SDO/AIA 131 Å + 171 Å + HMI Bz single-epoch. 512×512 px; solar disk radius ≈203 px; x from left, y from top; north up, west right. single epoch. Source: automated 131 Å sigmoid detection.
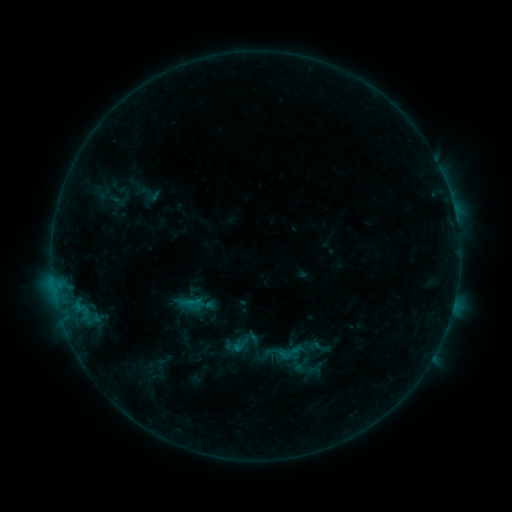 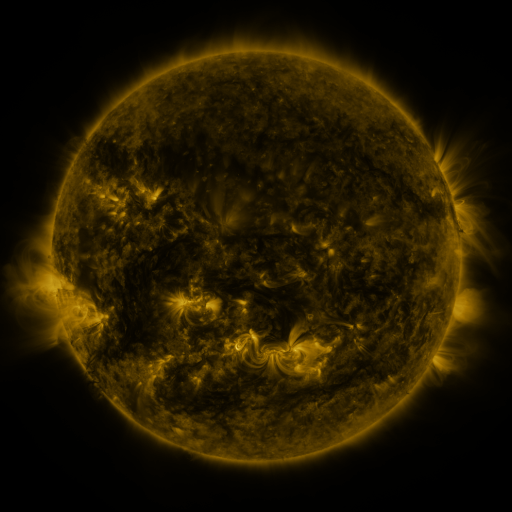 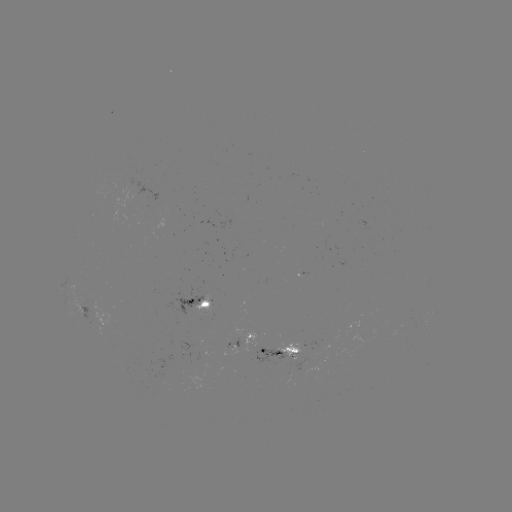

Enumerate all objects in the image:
sigmoid: (240, 345)
sigmoid: (255, 349)
sigmoid: (284, 353)
sigmoid: (315, 371)
